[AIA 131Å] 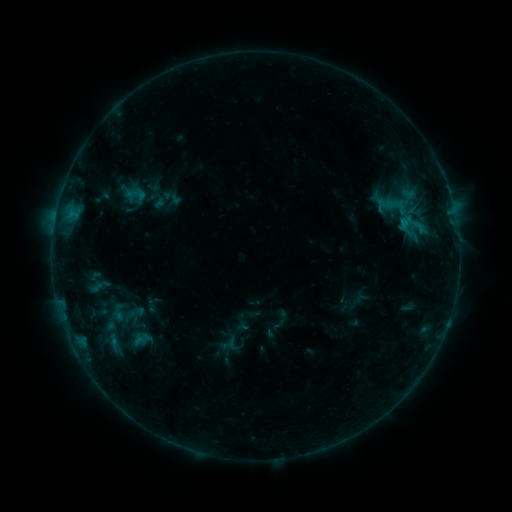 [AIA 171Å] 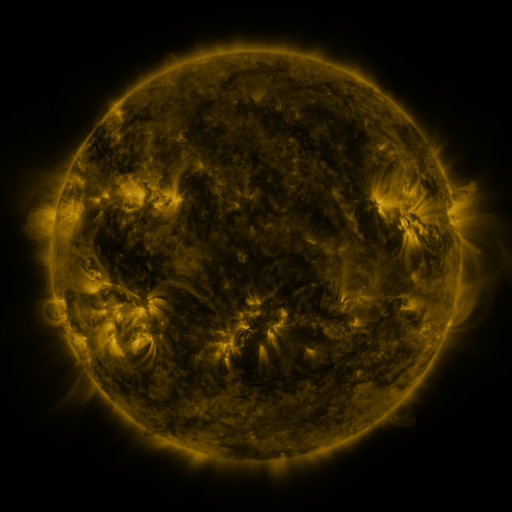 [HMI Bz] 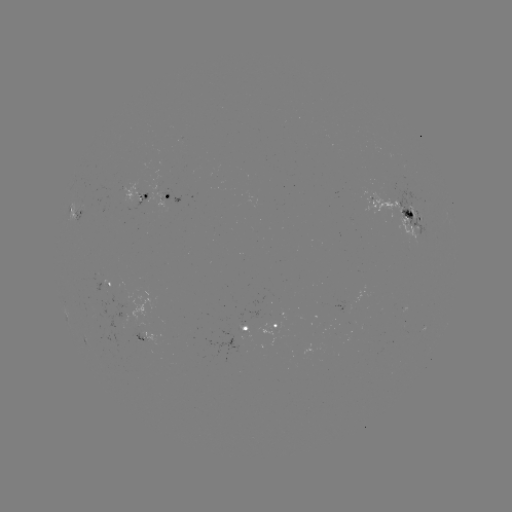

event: sigmoid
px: (136, 194)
